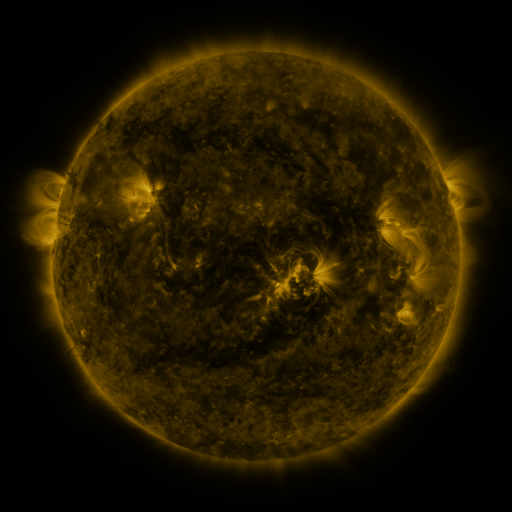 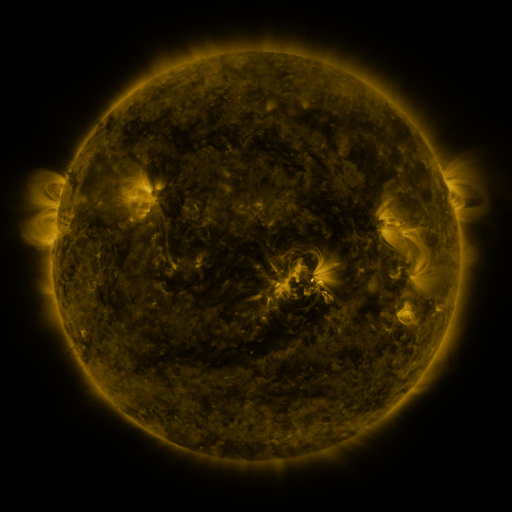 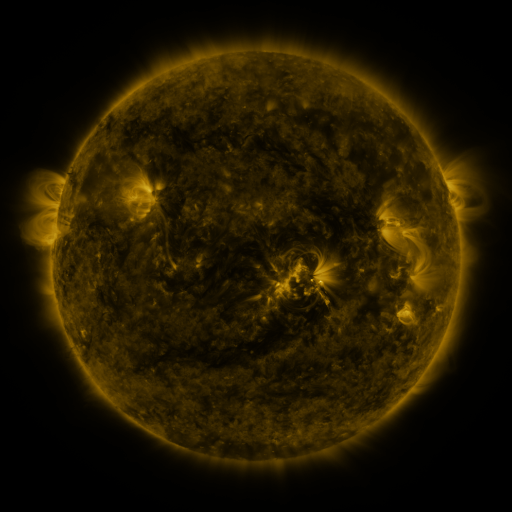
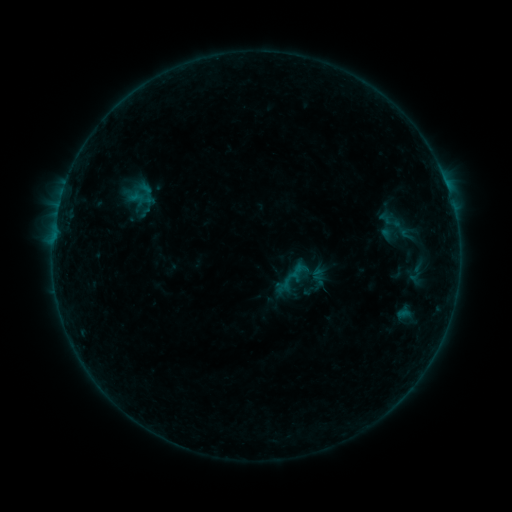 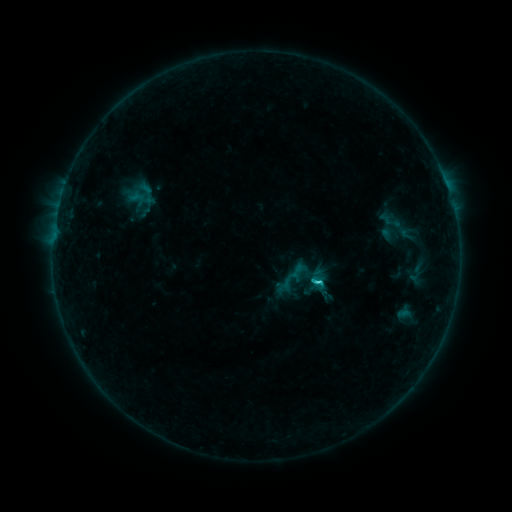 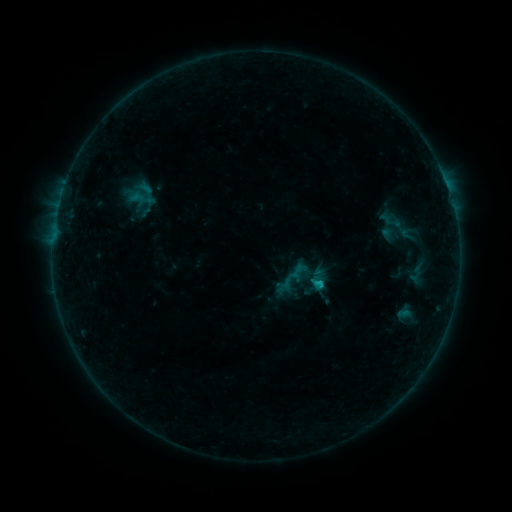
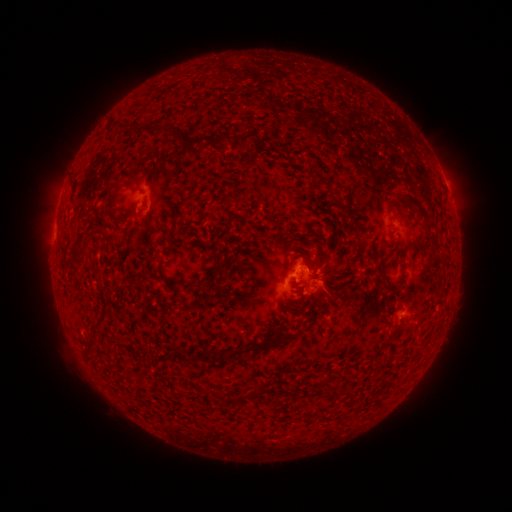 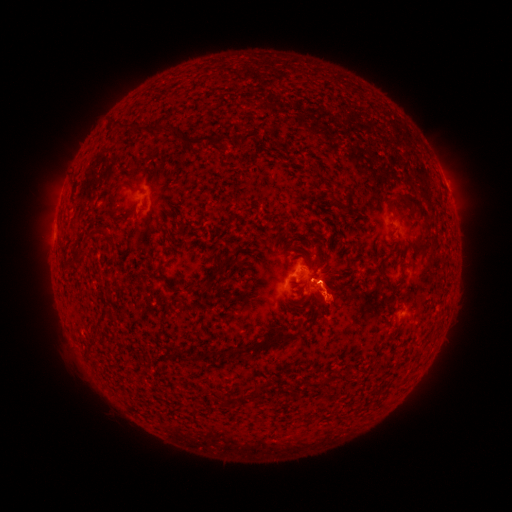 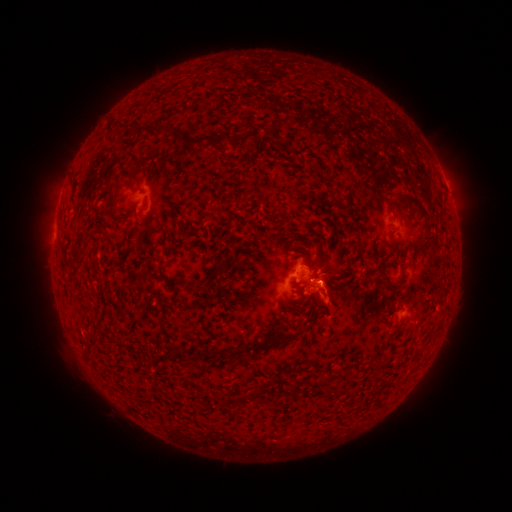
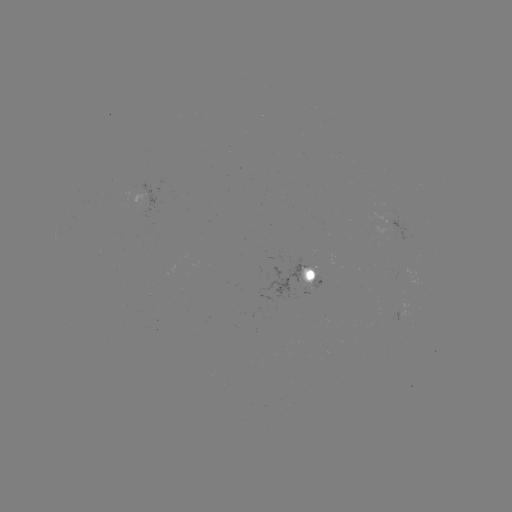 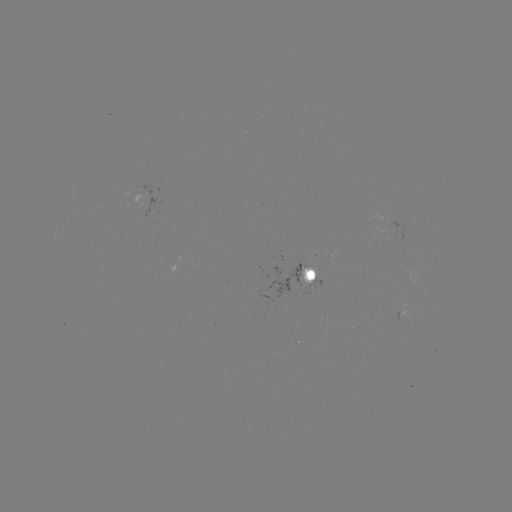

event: flare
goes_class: C1.0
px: (318, 281)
